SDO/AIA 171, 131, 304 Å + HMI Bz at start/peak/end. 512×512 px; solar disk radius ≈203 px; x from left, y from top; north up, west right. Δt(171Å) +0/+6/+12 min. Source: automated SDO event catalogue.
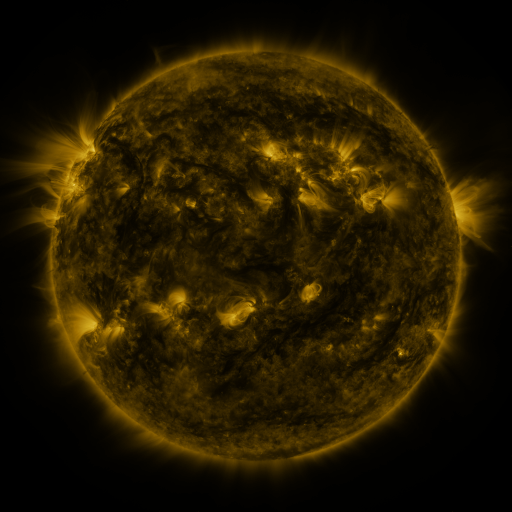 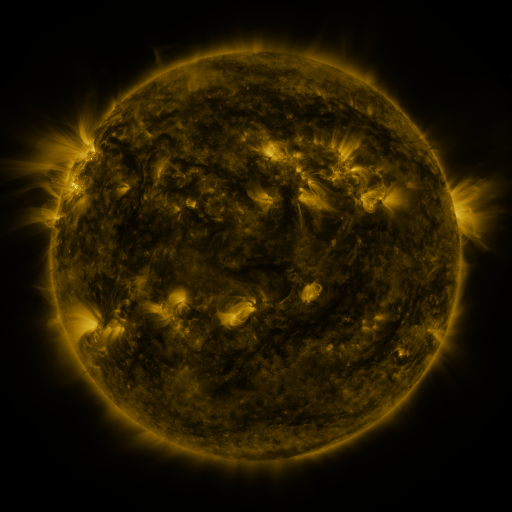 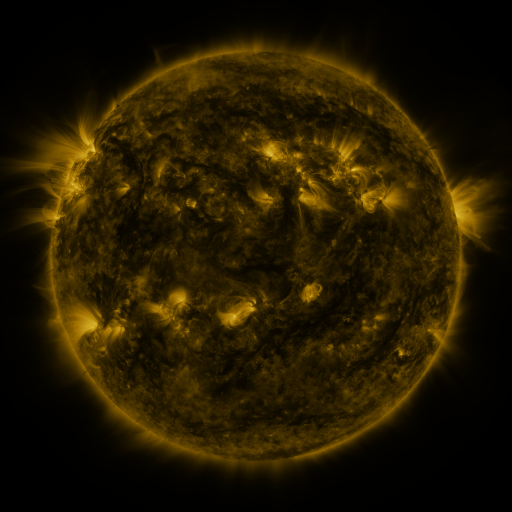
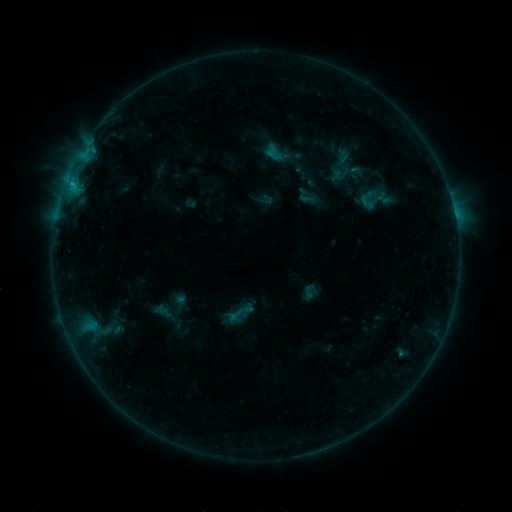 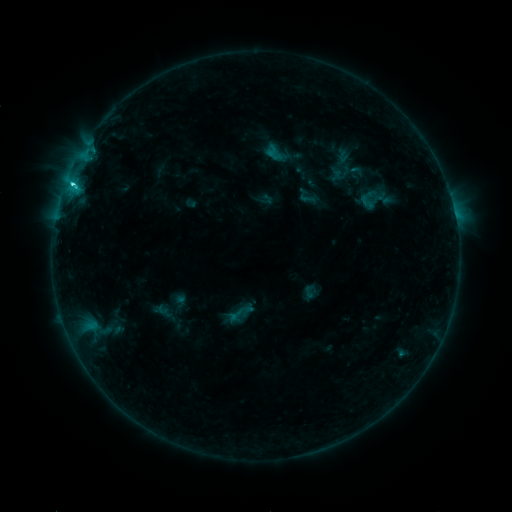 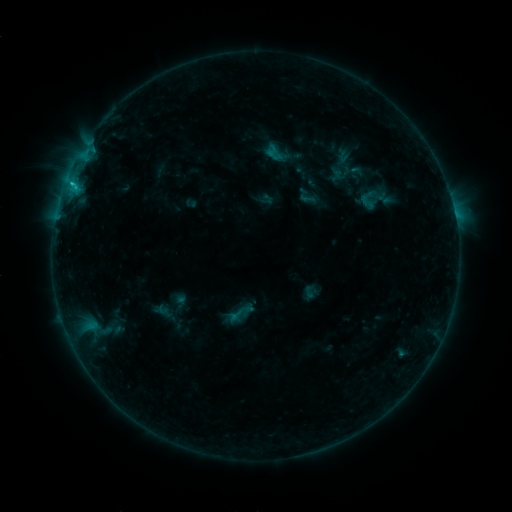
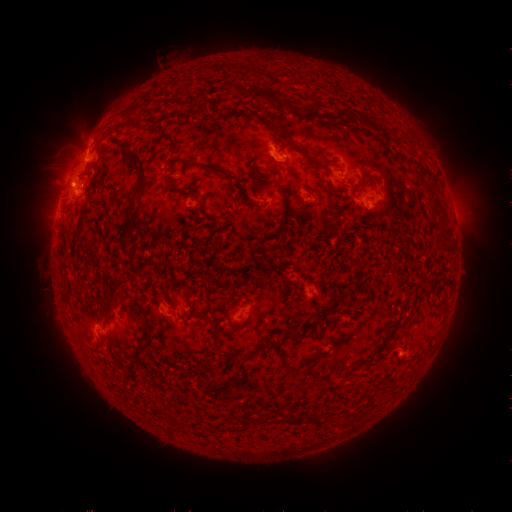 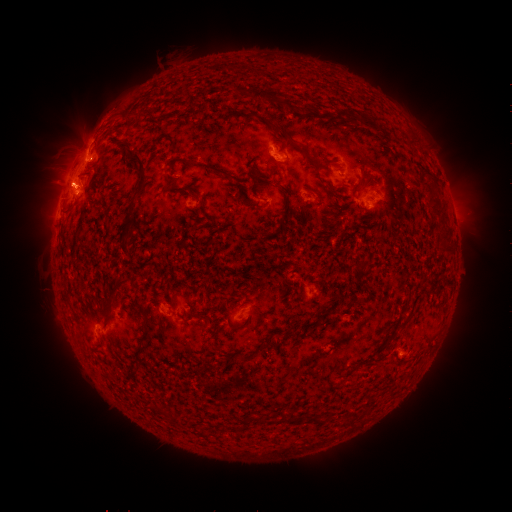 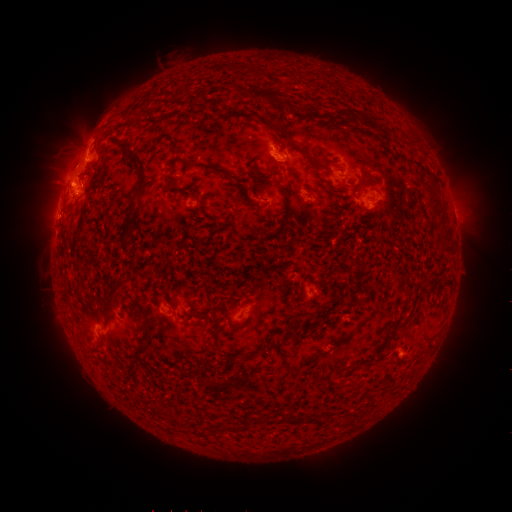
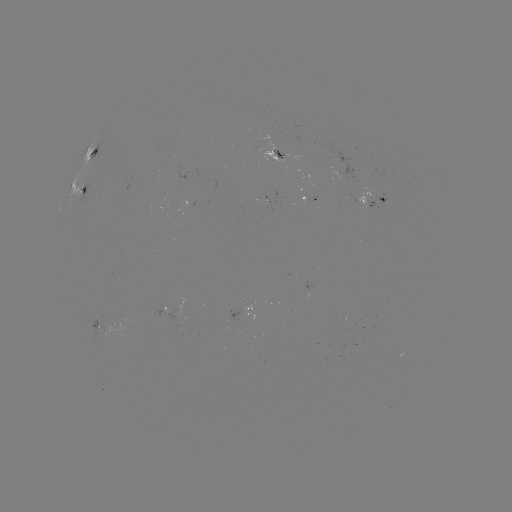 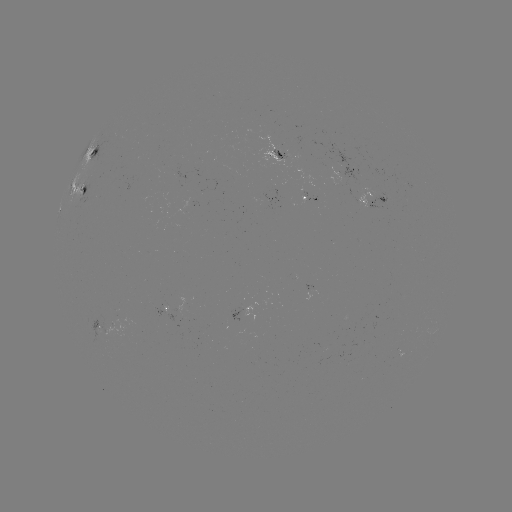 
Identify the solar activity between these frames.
C2.5 flare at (74, 184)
